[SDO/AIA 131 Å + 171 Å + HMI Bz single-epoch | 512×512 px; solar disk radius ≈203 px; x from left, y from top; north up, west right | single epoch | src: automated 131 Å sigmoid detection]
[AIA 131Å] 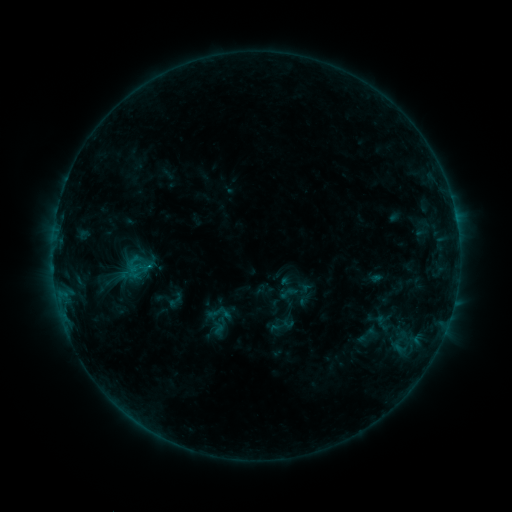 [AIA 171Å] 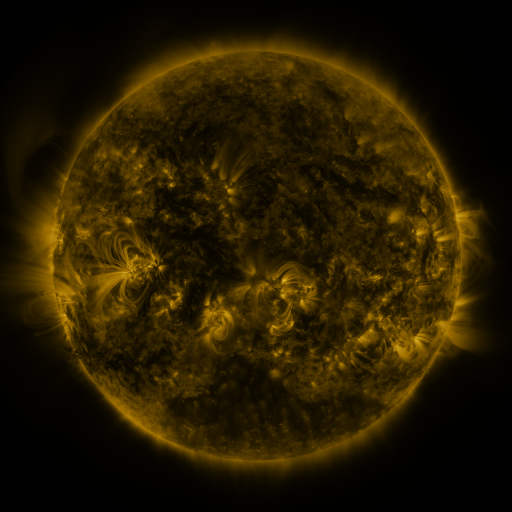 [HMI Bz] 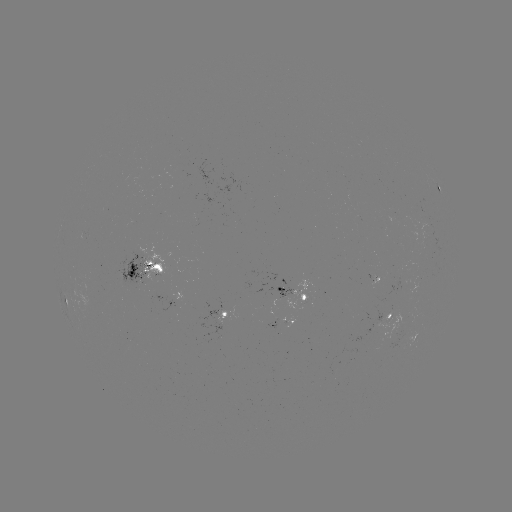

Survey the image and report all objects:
sigmoid: (175, 300)
sigmoid: (218, 312)
